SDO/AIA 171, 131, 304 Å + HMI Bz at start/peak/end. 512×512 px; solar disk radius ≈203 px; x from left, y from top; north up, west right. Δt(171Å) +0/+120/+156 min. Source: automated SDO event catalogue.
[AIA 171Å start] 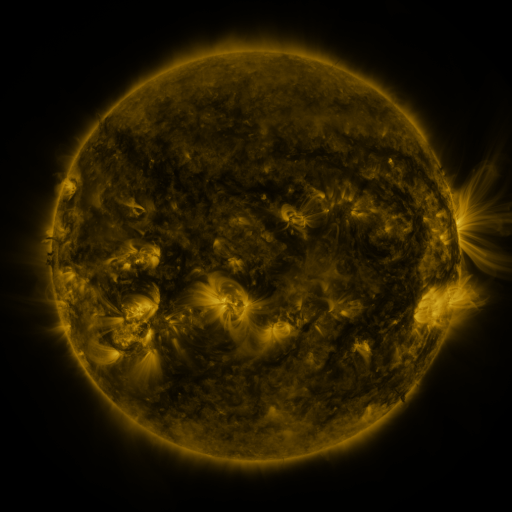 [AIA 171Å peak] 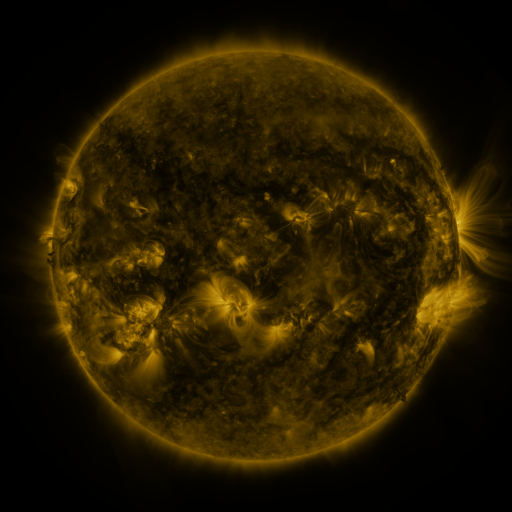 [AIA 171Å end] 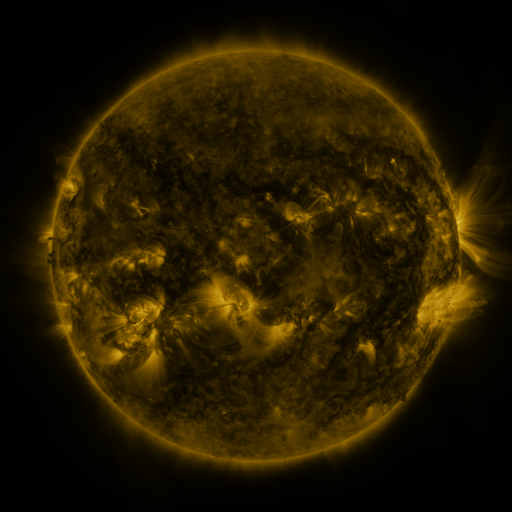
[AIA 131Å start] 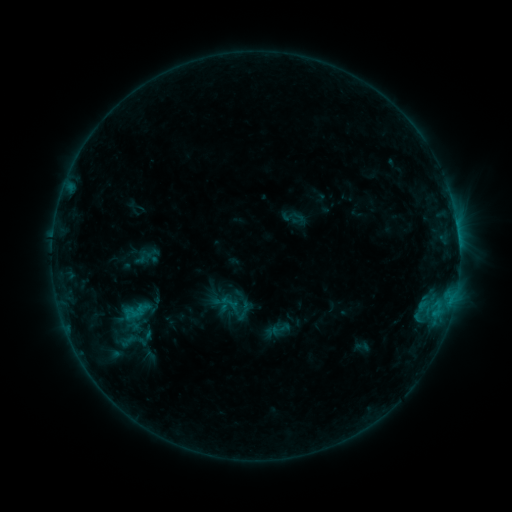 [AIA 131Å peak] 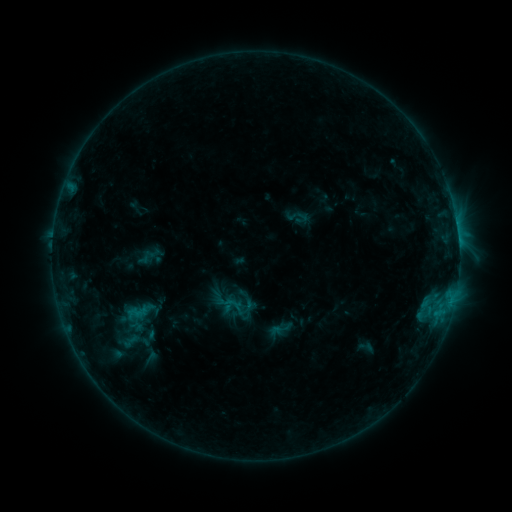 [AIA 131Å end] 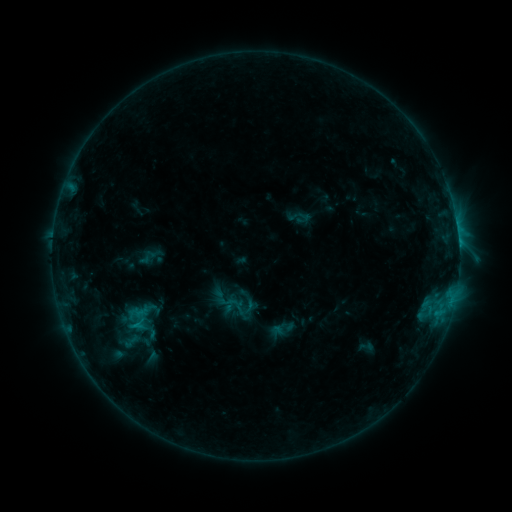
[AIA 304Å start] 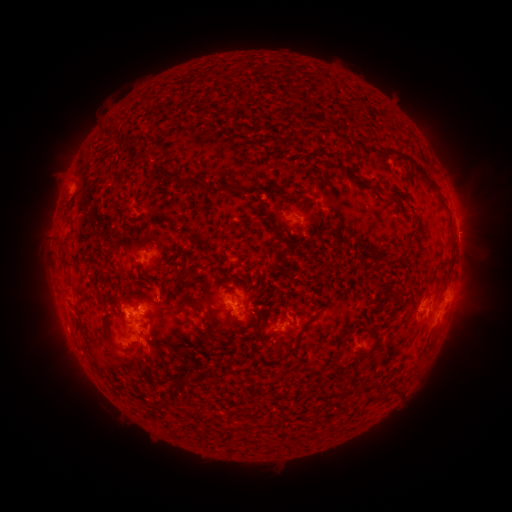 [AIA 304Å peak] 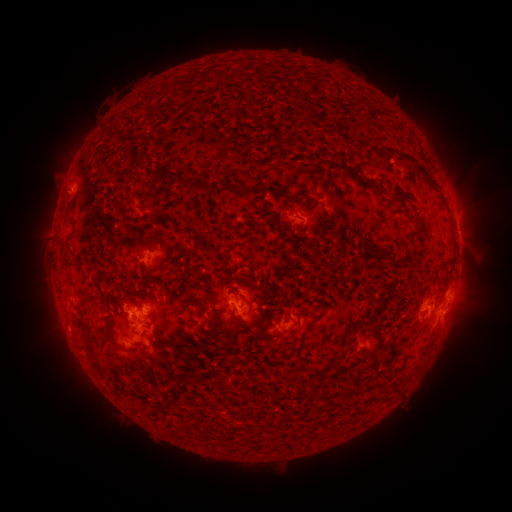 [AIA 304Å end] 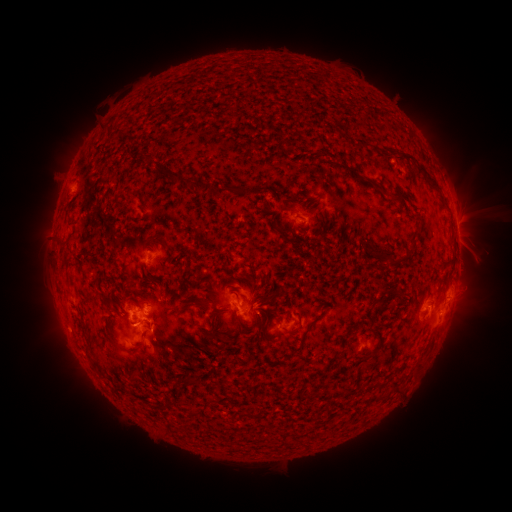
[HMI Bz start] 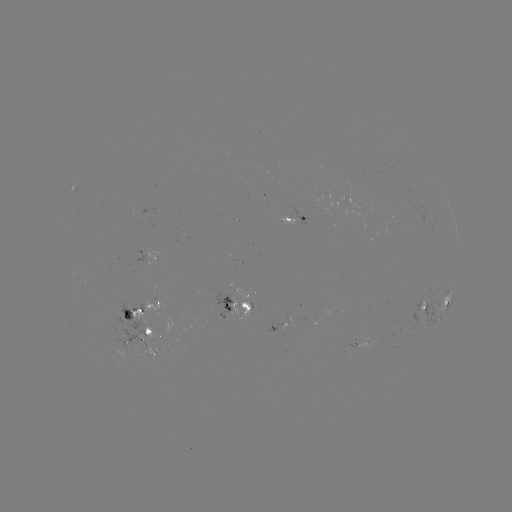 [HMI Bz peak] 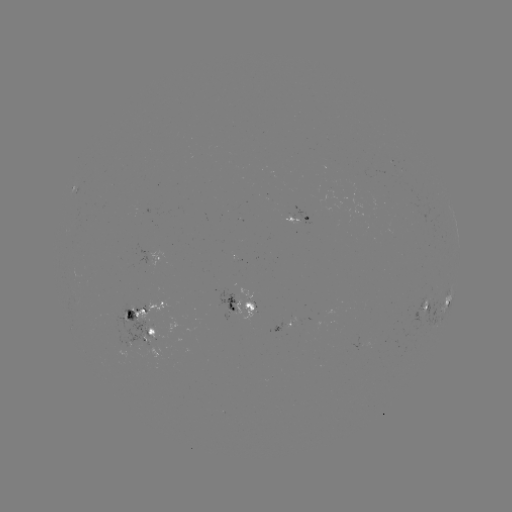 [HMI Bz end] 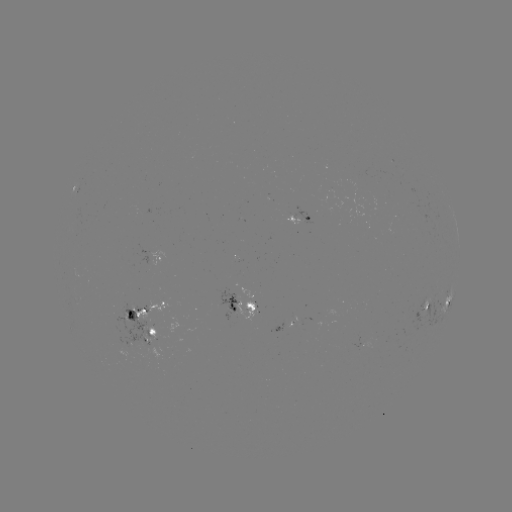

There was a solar emerging-flux region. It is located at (233, 300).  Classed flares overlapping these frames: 1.